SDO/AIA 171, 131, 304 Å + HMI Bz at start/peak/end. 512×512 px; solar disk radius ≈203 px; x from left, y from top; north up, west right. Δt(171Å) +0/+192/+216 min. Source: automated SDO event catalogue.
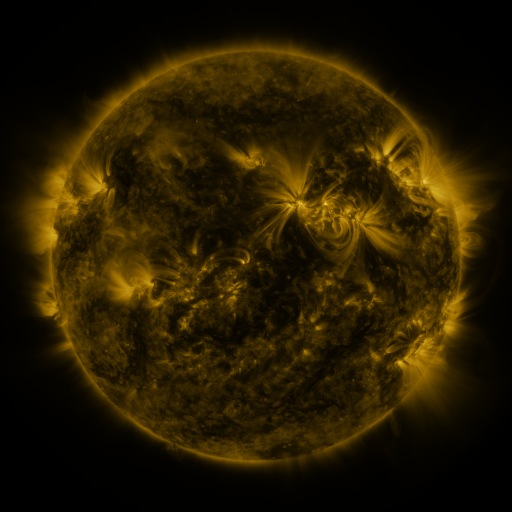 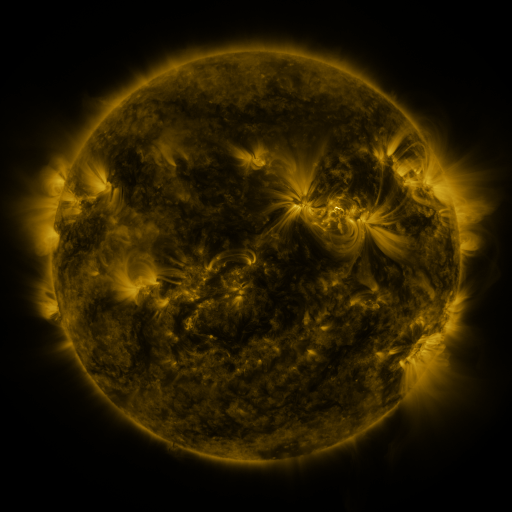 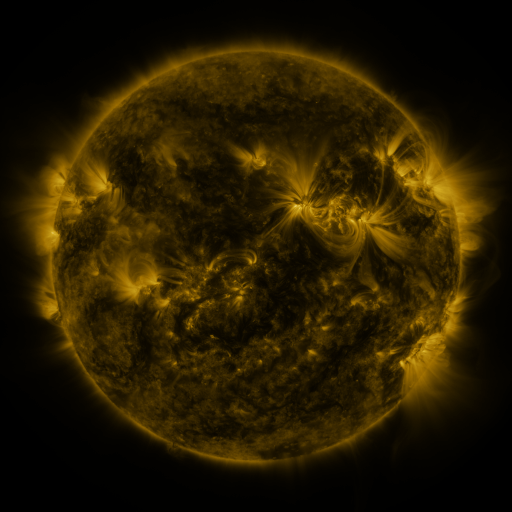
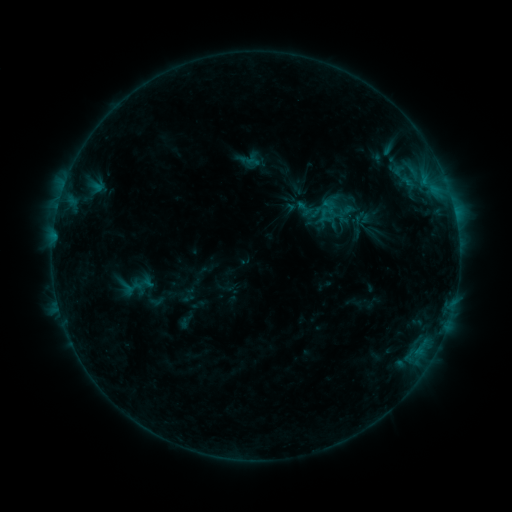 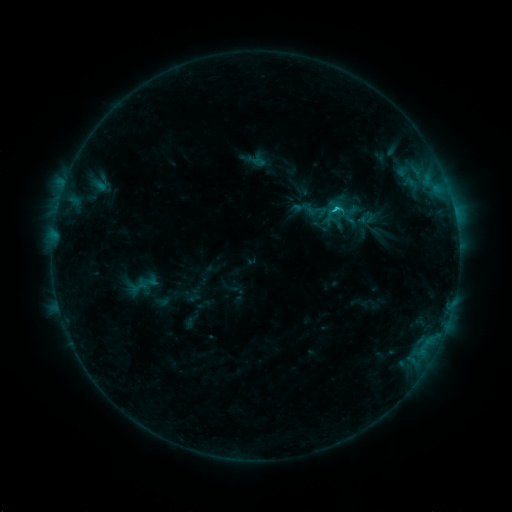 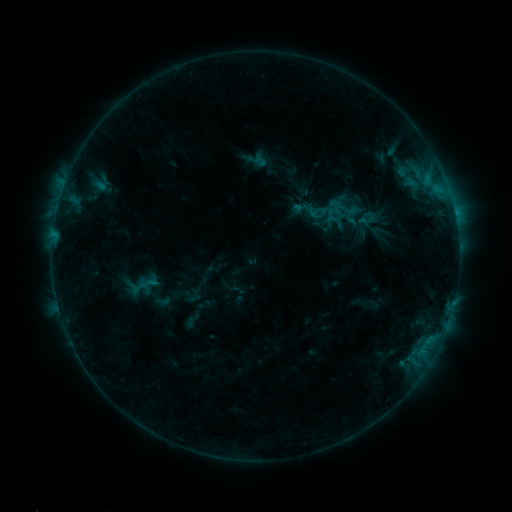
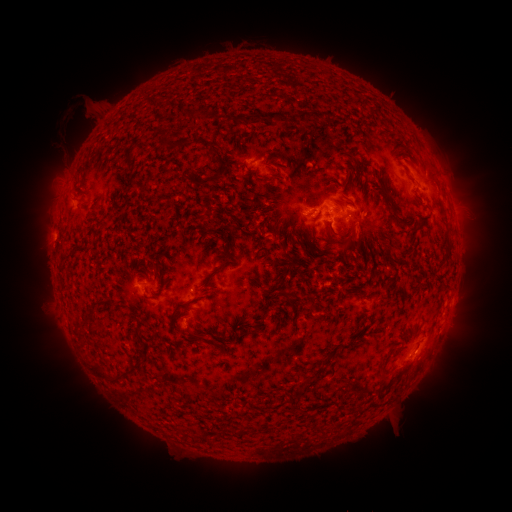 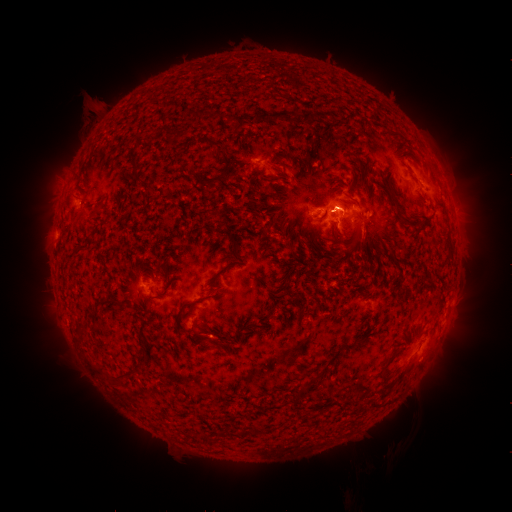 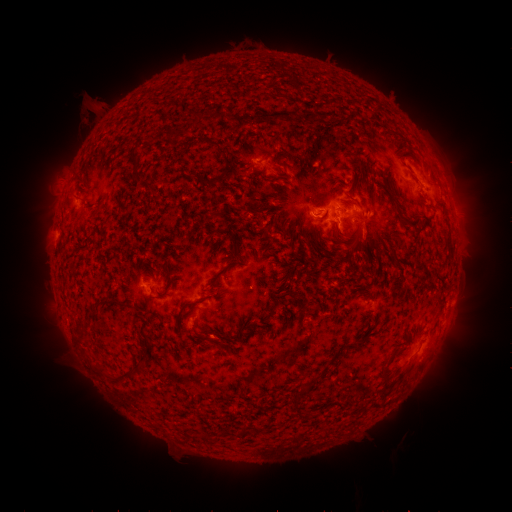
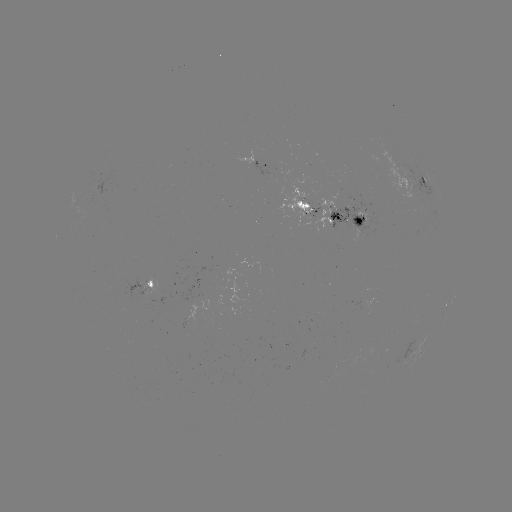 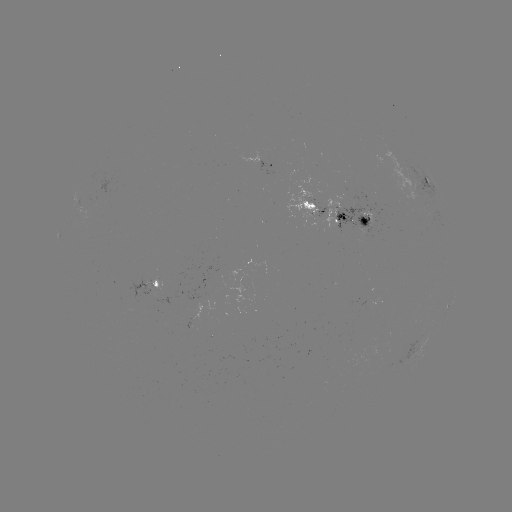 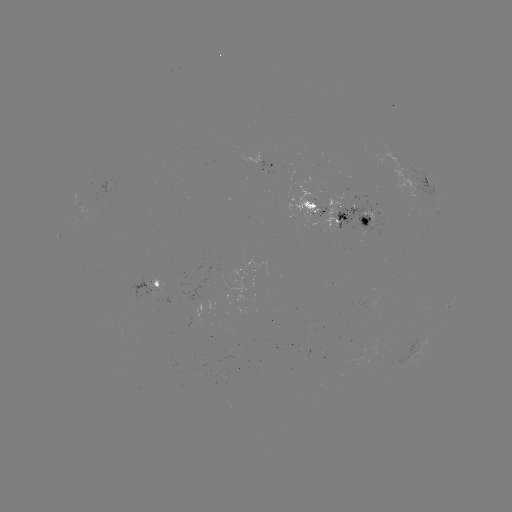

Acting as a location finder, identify emerging-flux region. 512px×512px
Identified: (88, 207).